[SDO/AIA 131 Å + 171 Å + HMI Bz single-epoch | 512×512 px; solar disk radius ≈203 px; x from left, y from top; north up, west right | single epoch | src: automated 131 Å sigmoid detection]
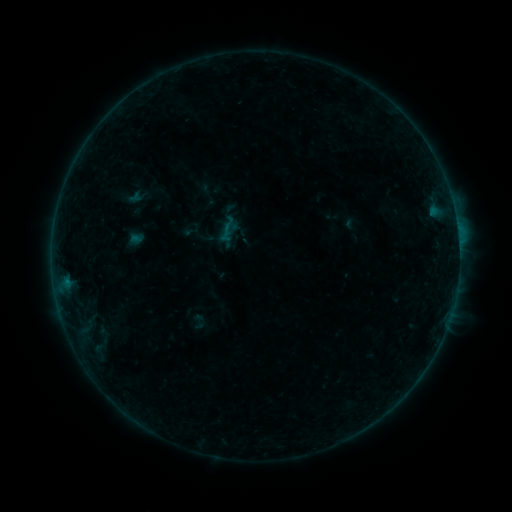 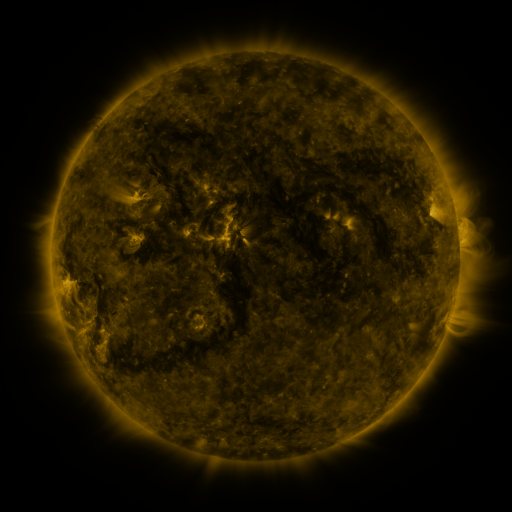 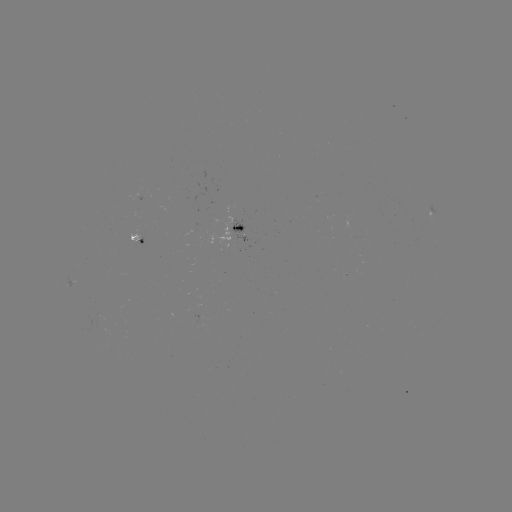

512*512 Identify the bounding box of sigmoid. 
[189, 313, 208, 330].